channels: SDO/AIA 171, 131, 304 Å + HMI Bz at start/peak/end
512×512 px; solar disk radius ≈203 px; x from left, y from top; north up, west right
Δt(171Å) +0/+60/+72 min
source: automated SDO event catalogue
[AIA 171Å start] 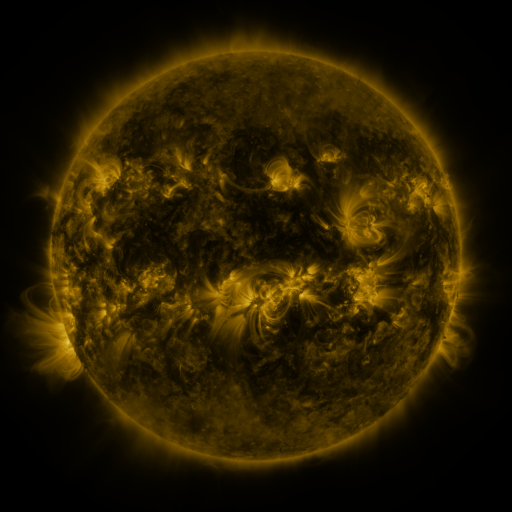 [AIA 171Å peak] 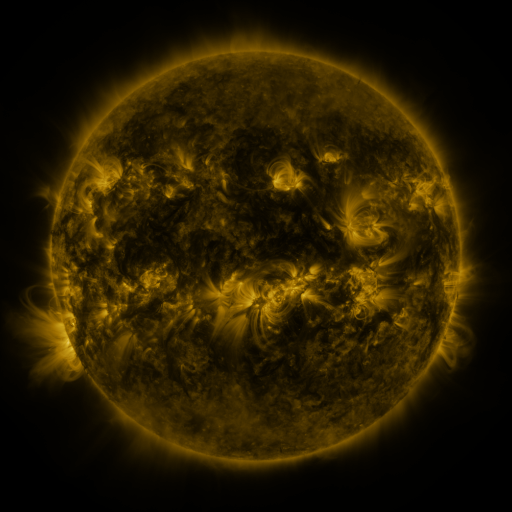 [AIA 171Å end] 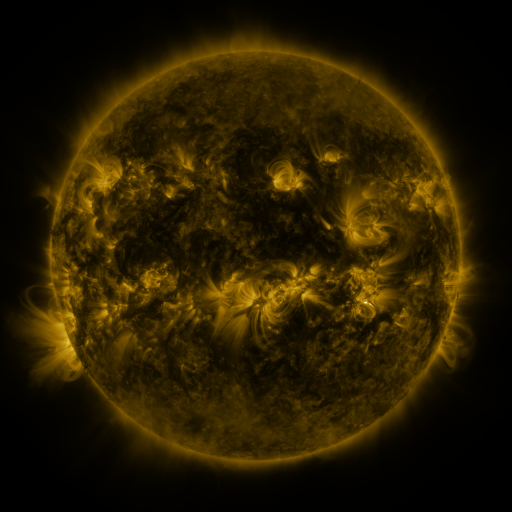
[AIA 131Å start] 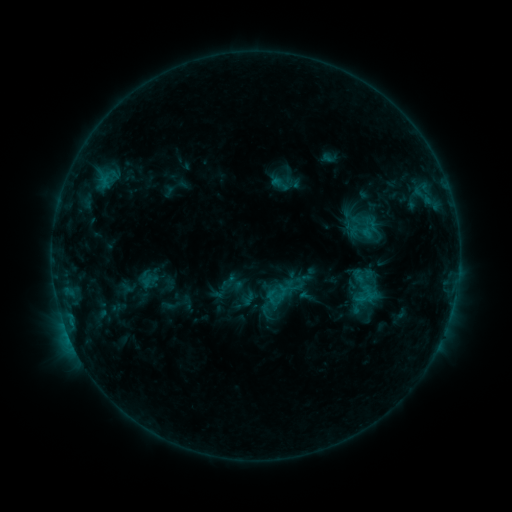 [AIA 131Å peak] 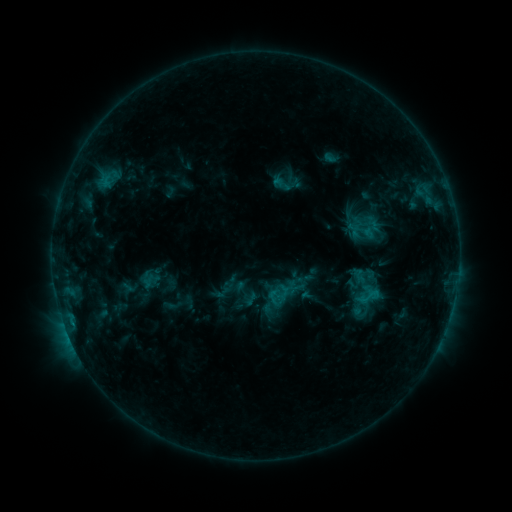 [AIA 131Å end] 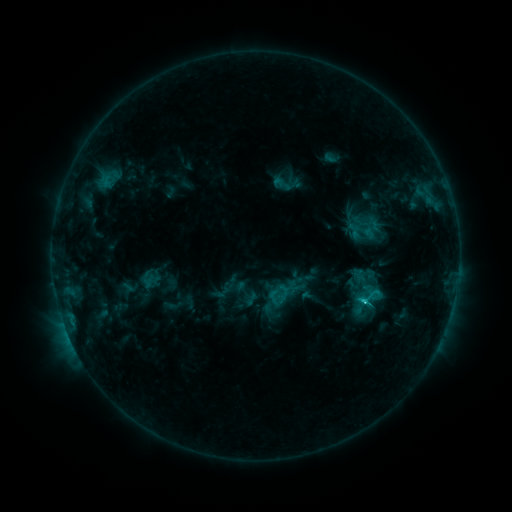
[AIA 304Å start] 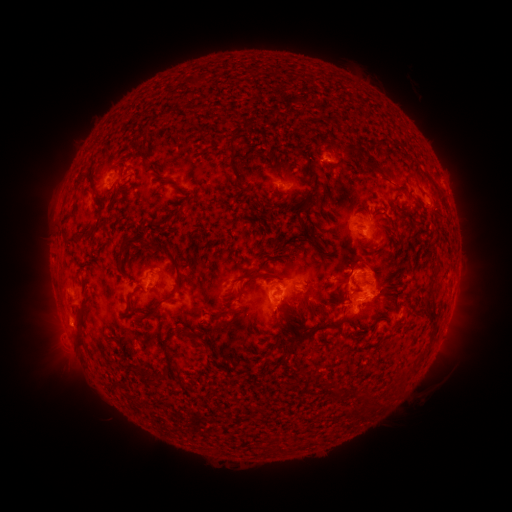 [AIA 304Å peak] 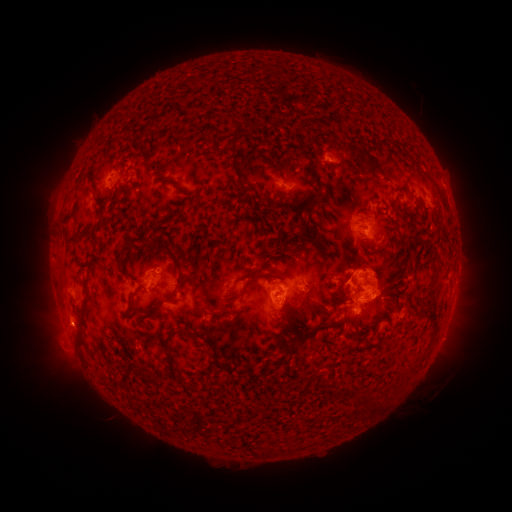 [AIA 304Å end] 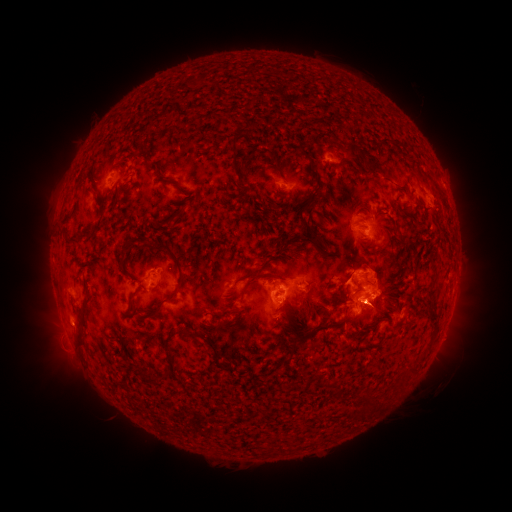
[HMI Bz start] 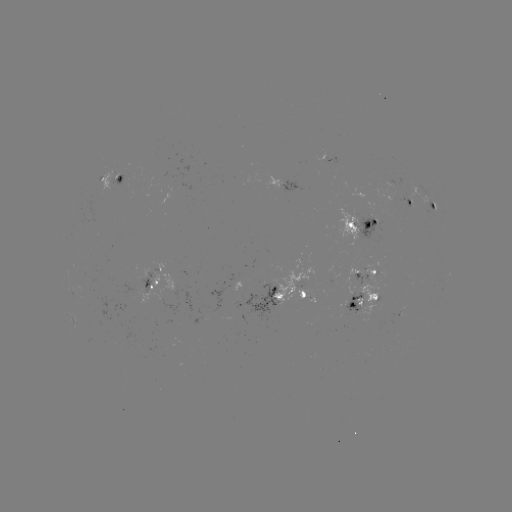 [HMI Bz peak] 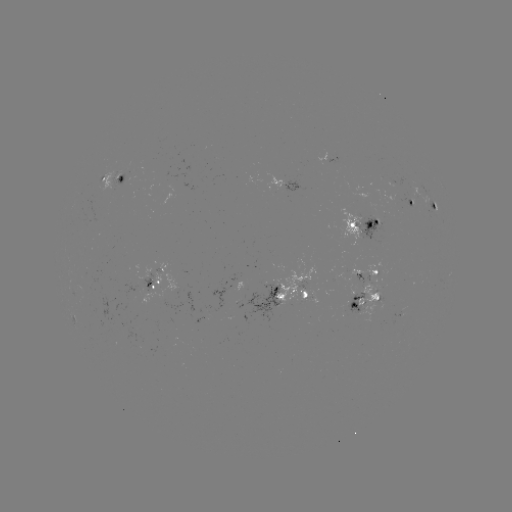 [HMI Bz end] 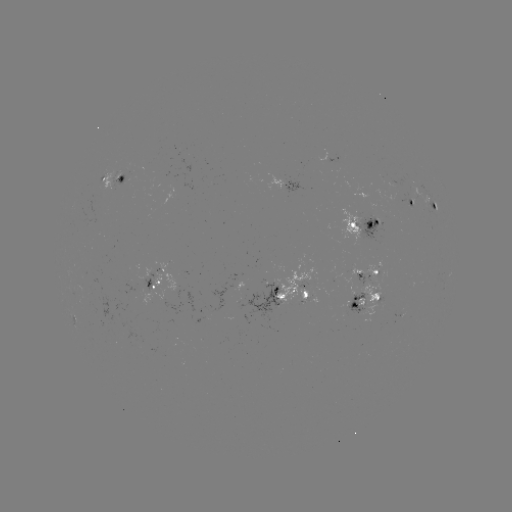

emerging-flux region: <bbox>233, 280, 280, 323</bbox>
